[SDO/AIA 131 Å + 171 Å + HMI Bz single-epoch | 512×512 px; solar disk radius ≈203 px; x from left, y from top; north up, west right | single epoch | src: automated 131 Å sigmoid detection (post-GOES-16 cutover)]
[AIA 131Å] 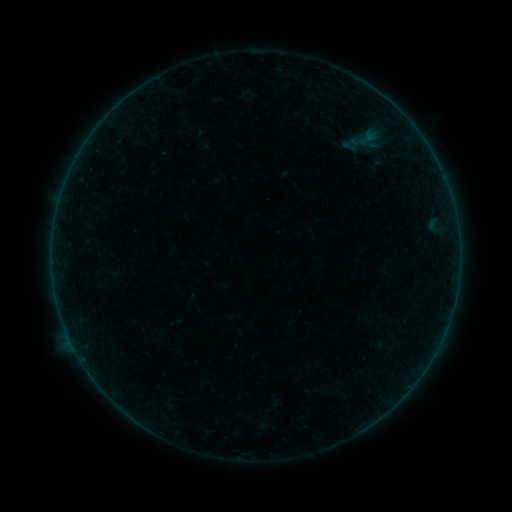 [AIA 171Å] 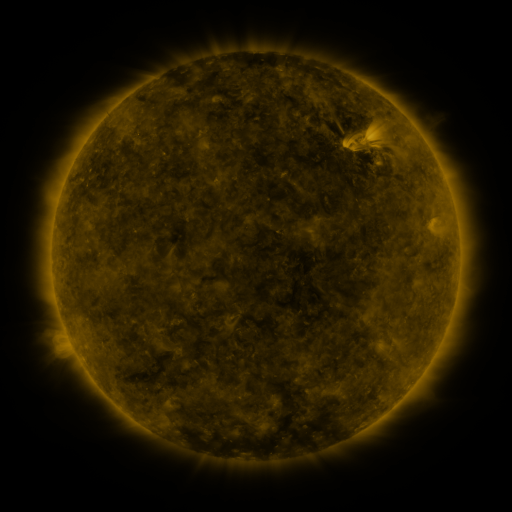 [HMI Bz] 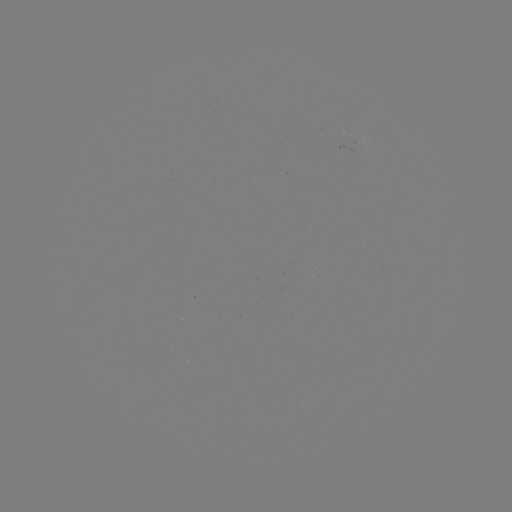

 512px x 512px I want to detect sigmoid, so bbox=[336, 134, 365, 152].